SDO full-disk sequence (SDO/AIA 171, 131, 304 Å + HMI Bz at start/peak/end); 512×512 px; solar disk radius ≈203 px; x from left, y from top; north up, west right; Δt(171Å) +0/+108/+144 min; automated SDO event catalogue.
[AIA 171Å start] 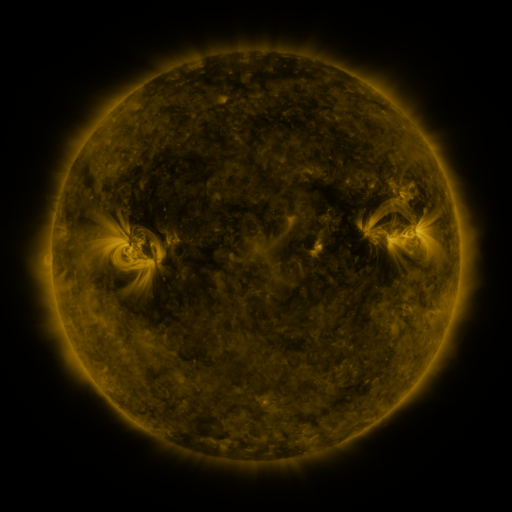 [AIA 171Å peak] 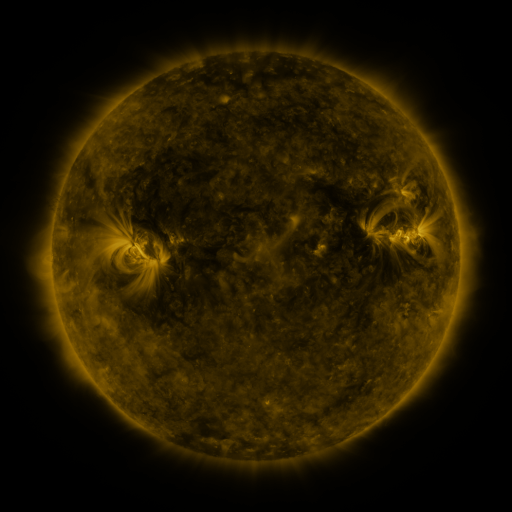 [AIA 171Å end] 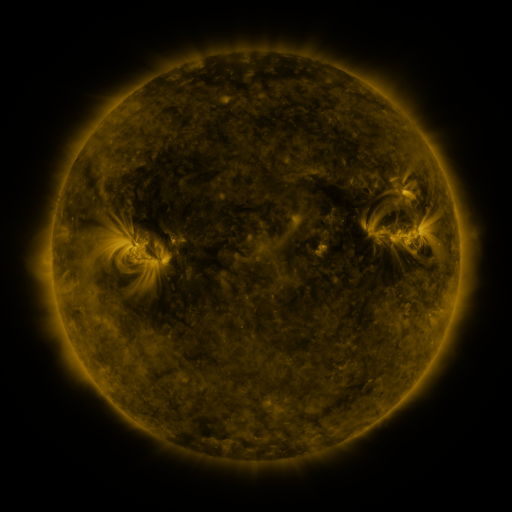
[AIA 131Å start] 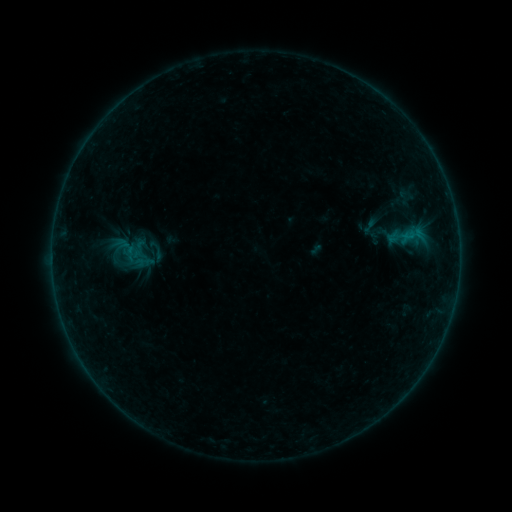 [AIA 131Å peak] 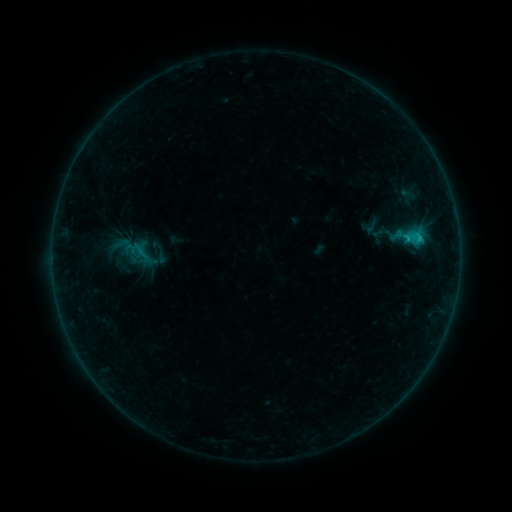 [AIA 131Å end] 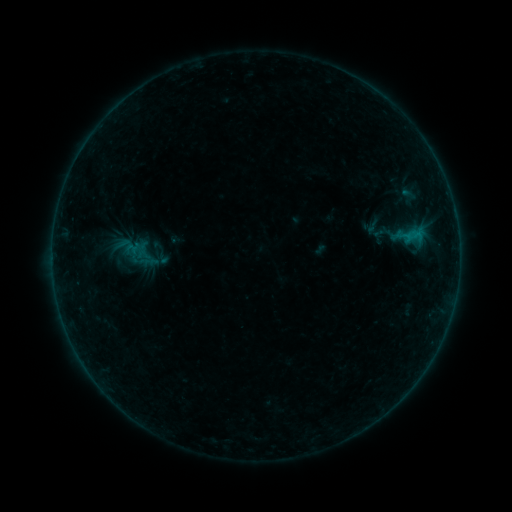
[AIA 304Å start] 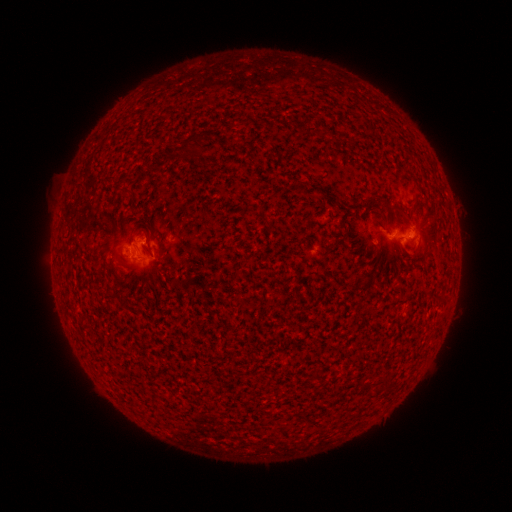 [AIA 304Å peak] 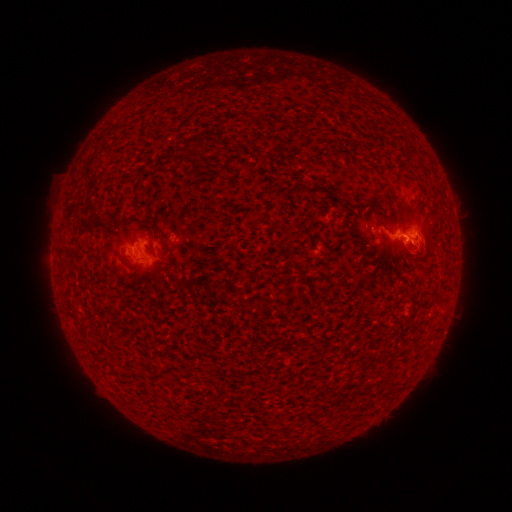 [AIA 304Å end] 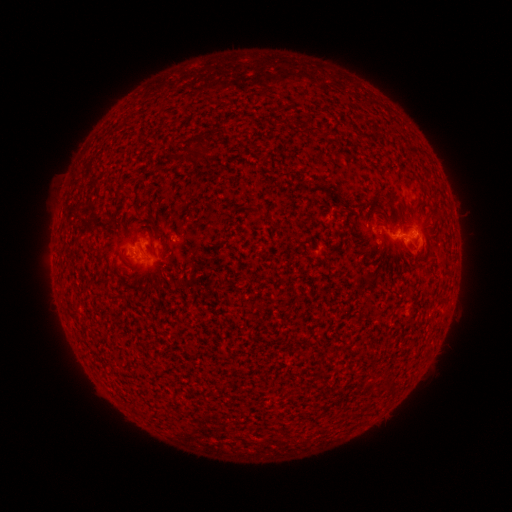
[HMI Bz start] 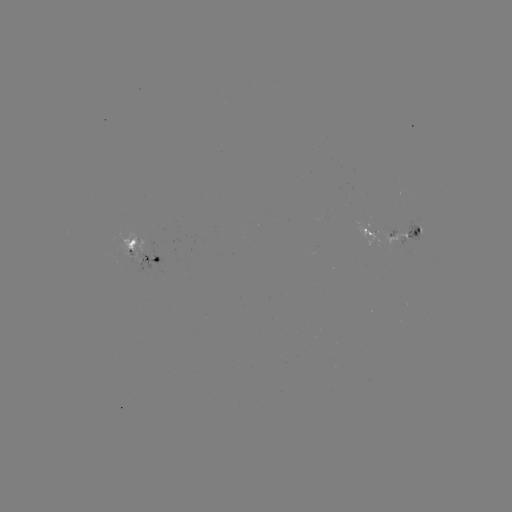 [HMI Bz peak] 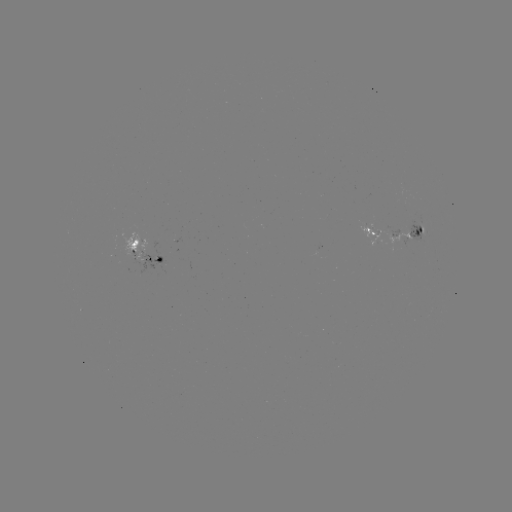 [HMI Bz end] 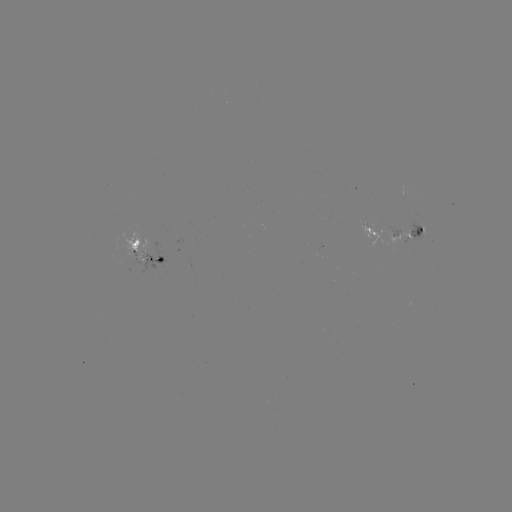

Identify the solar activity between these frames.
emerging-flux region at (421, 229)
